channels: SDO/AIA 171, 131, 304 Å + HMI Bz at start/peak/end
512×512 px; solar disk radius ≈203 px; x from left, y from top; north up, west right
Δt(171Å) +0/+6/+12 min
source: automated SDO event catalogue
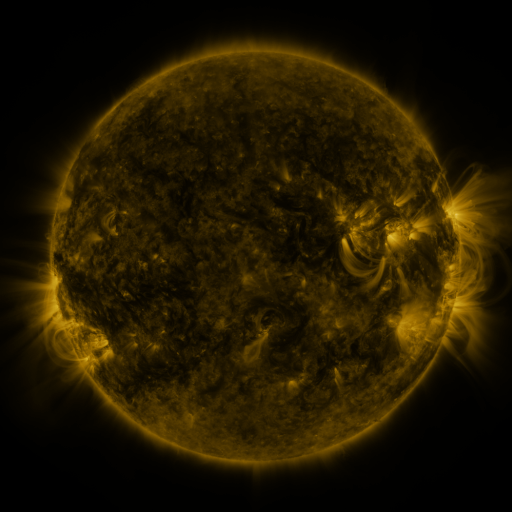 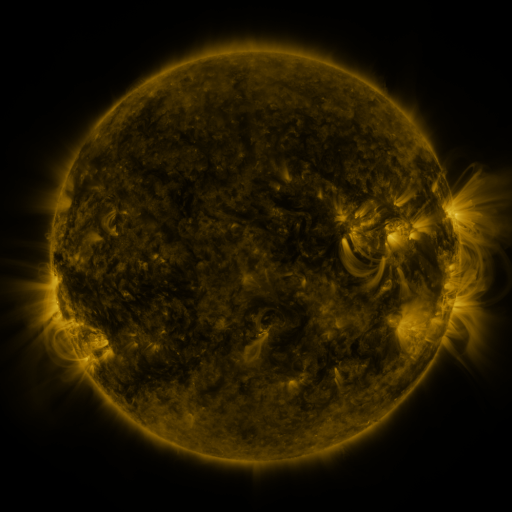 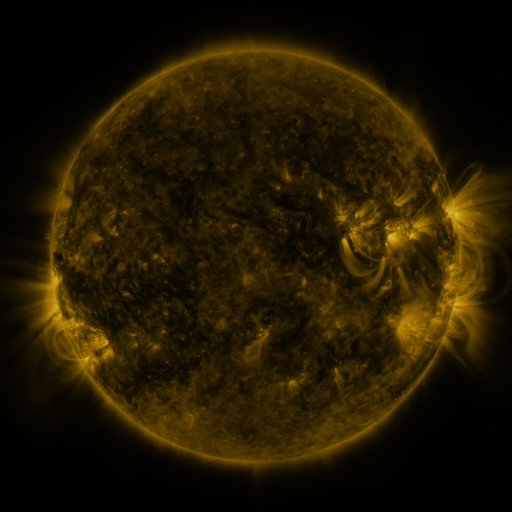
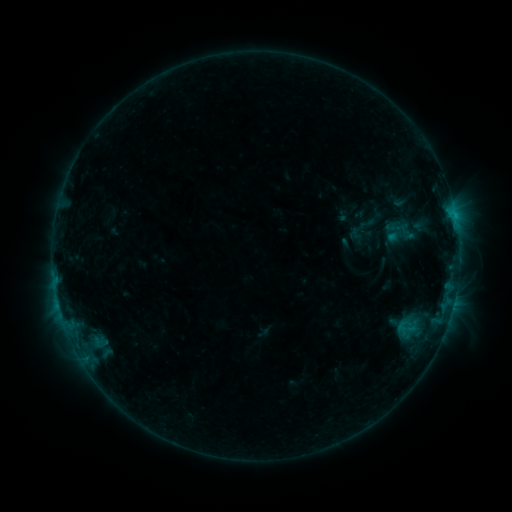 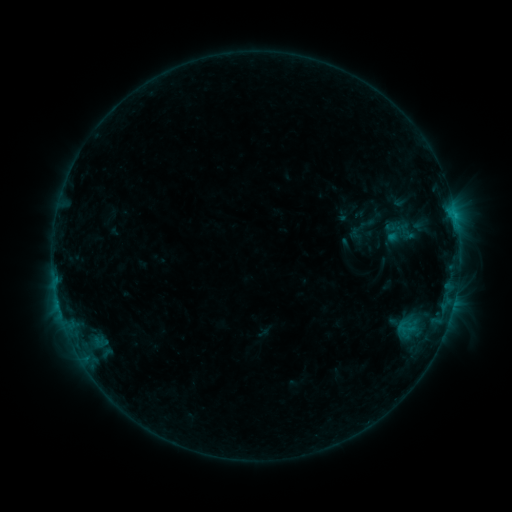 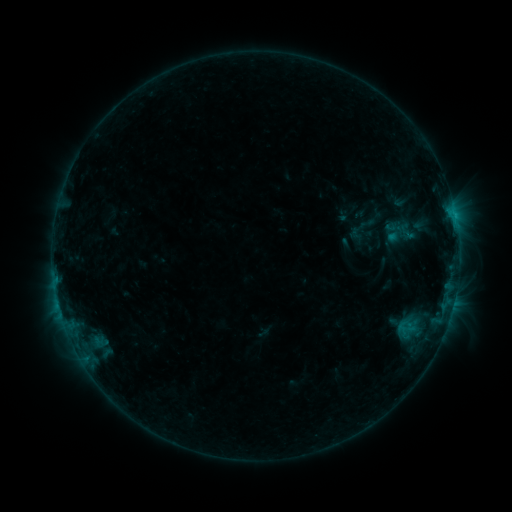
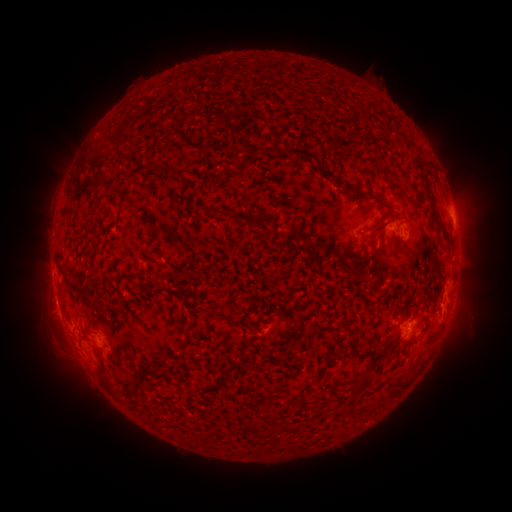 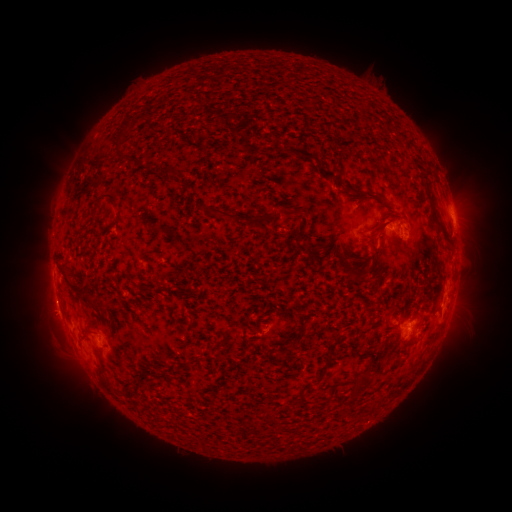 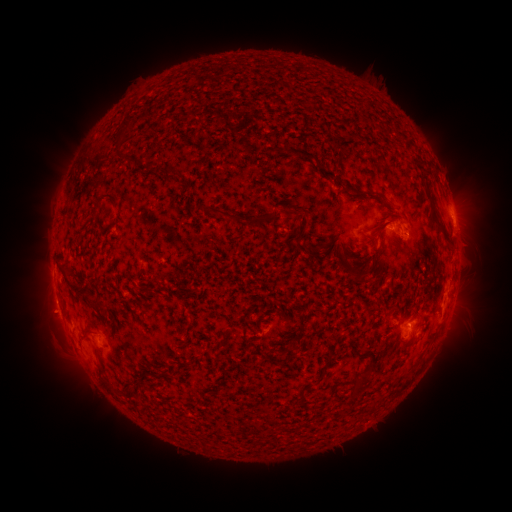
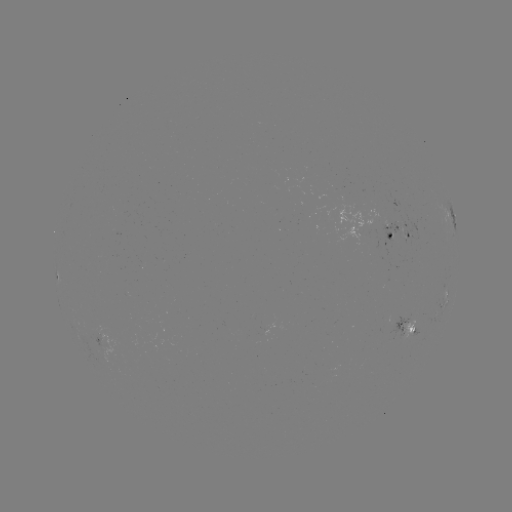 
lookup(eruption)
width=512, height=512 51,317